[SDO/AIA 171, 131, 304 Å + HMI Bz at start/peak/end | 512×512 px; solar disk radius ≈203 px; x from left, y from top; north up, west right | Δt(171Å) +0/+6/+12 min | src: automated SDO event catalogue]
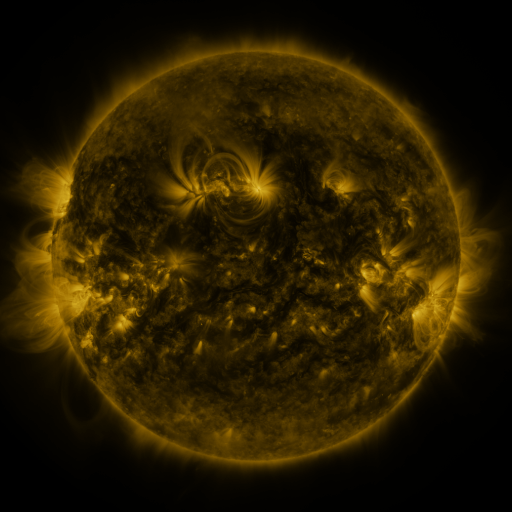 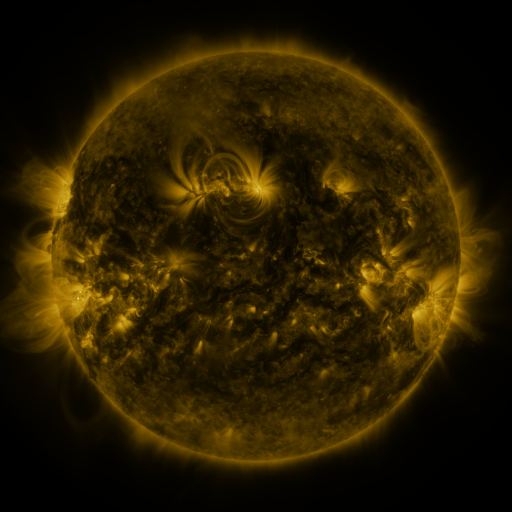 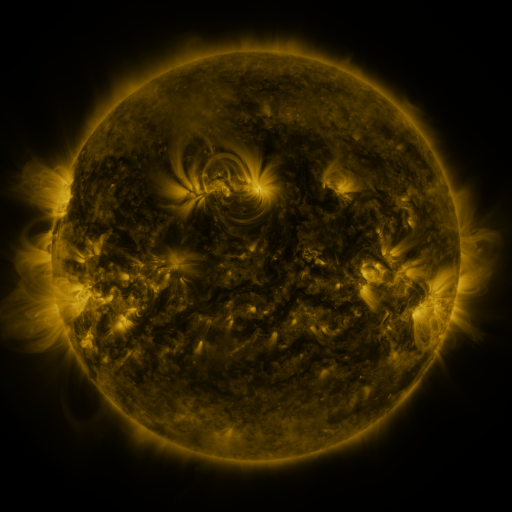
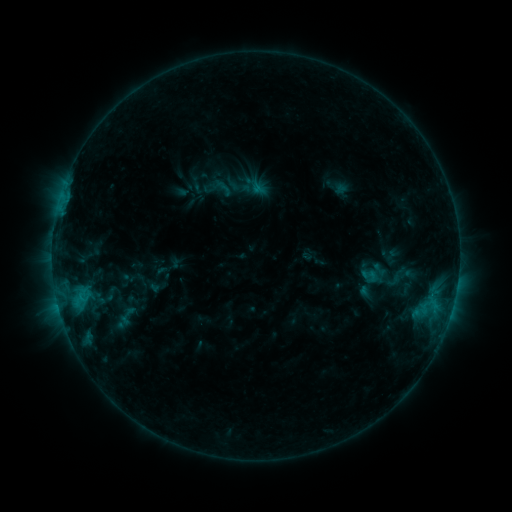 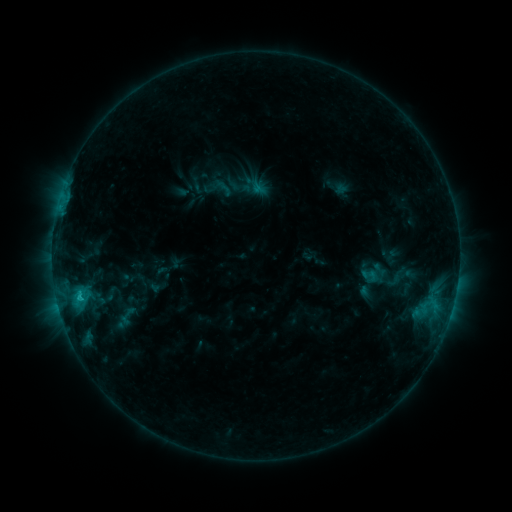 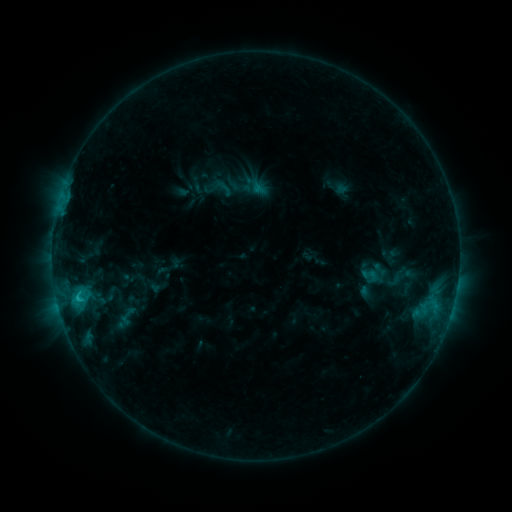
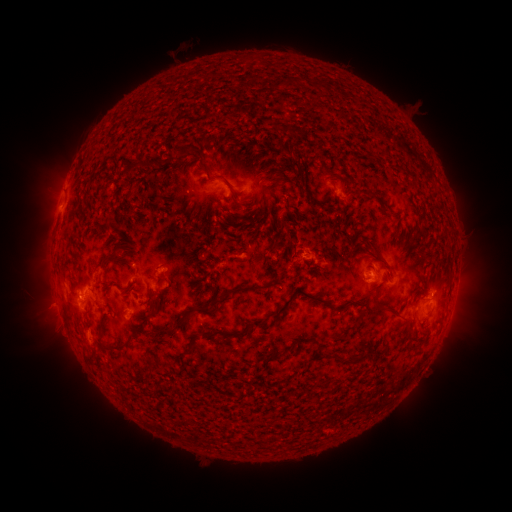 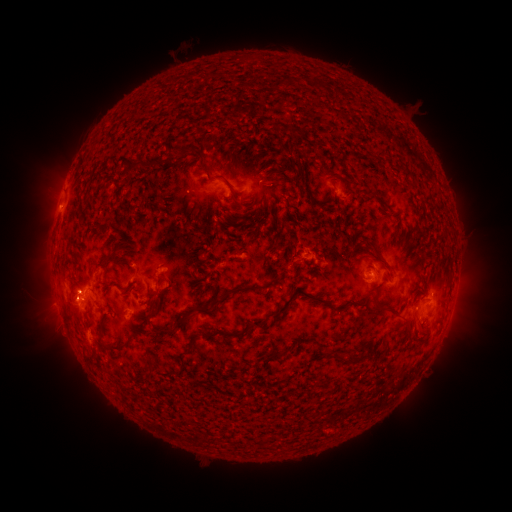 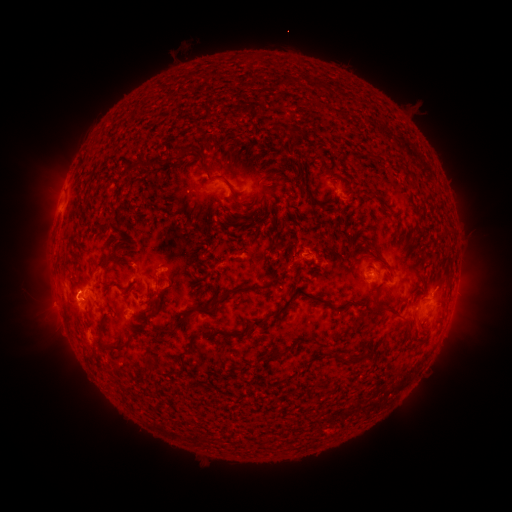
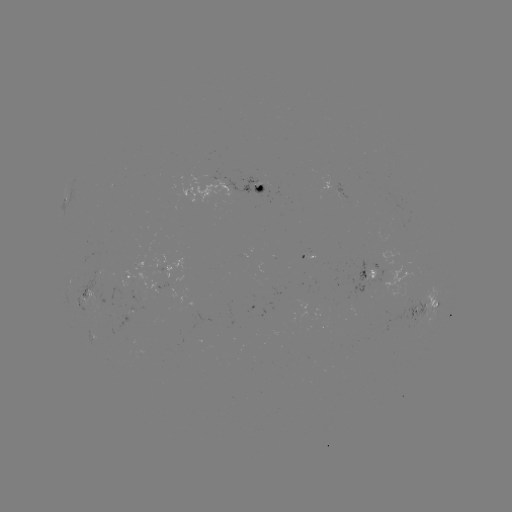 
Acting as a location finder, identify eruption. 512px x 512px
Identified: (438, 287).